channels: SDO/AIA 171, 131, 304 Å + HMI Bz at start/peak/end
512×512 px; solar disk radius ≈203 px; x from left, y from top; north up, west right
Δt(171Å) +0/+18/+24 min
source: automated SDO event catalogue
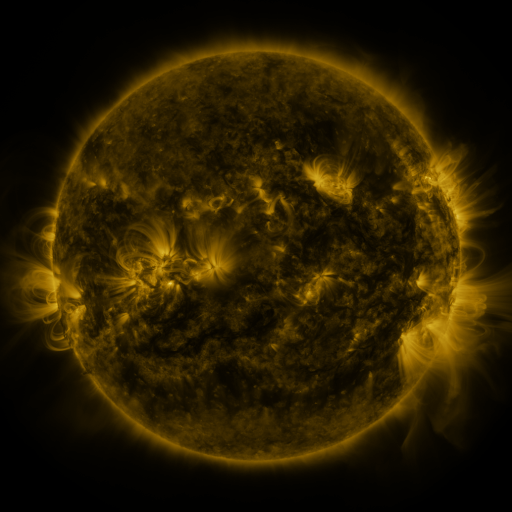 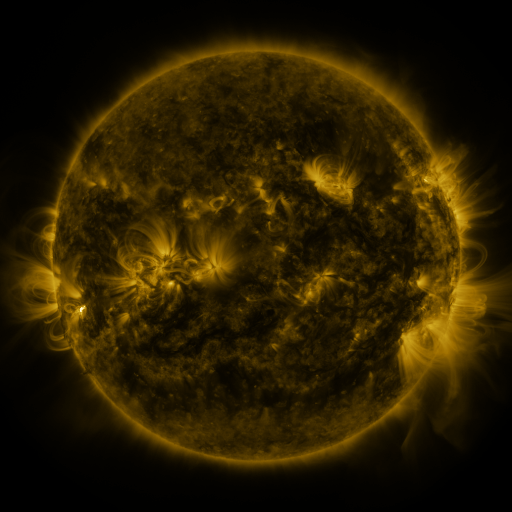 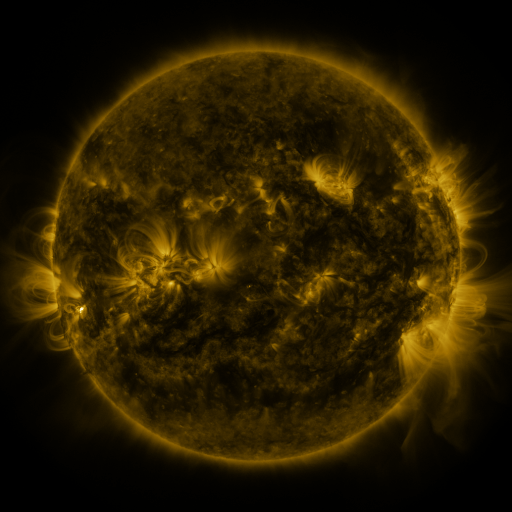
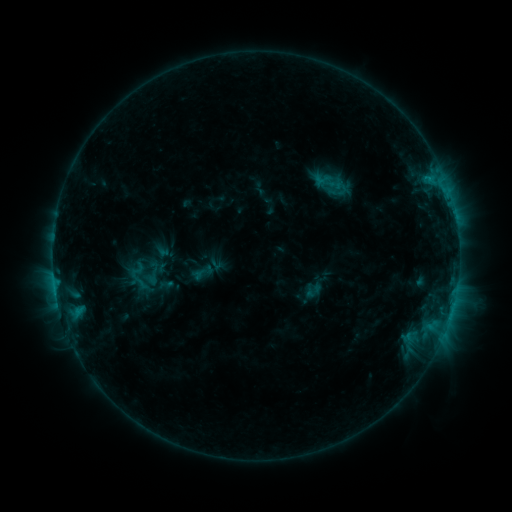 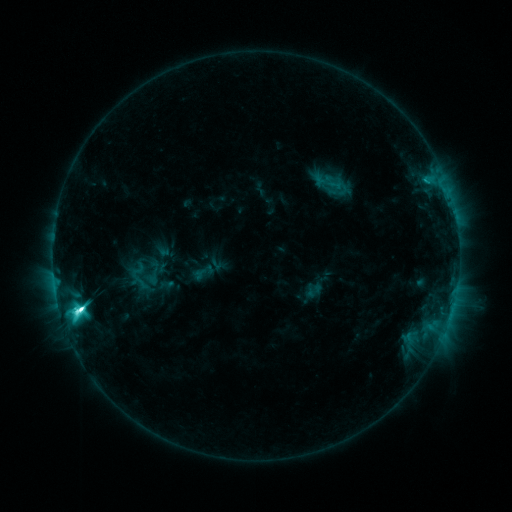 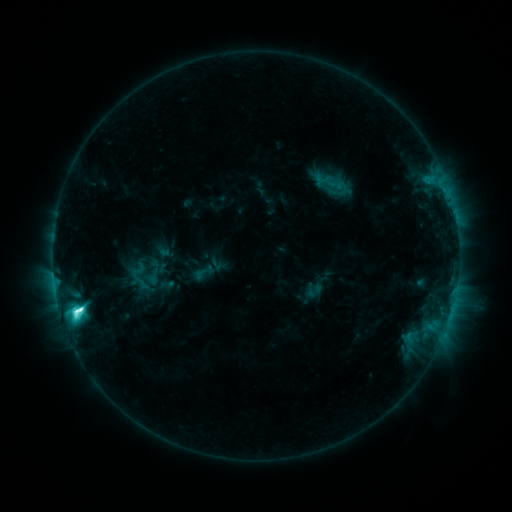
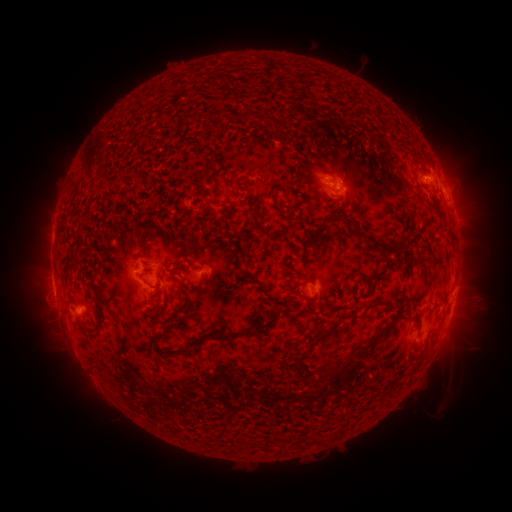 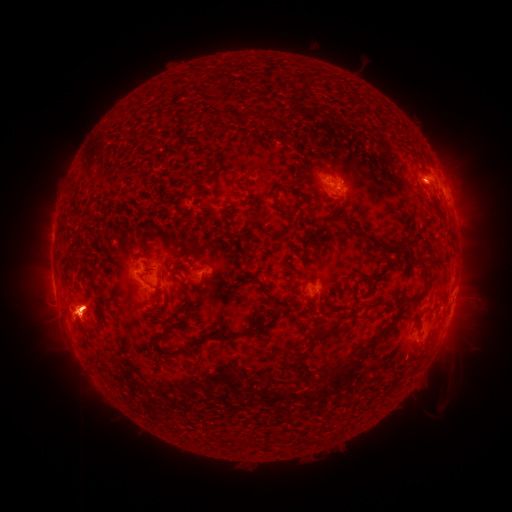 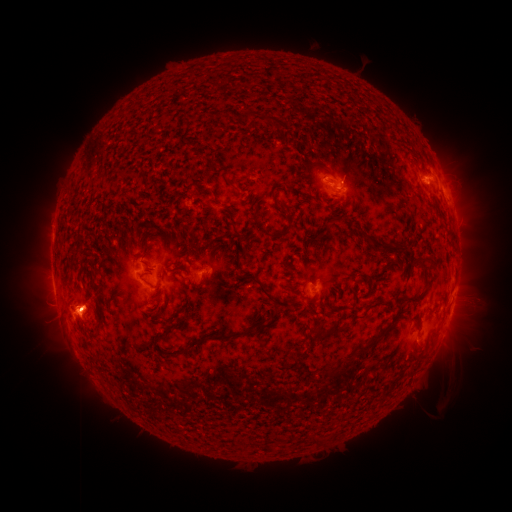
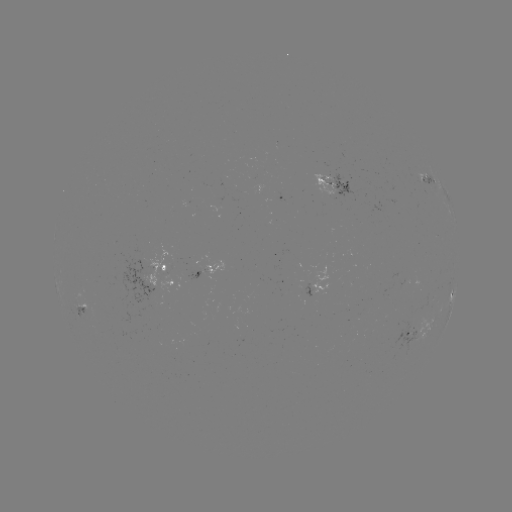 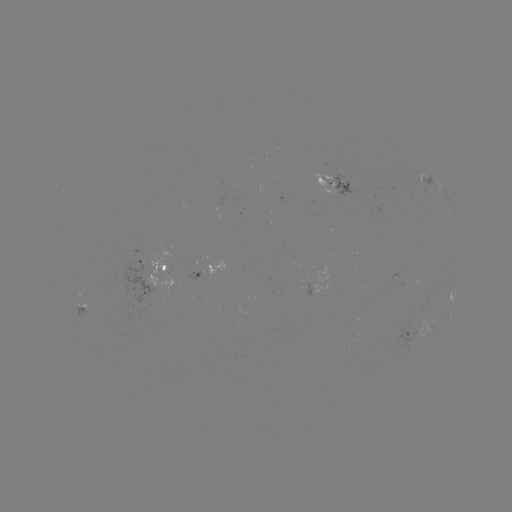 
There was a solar flare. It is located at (82, 307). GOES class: M1.4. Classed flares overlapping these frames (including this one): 1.